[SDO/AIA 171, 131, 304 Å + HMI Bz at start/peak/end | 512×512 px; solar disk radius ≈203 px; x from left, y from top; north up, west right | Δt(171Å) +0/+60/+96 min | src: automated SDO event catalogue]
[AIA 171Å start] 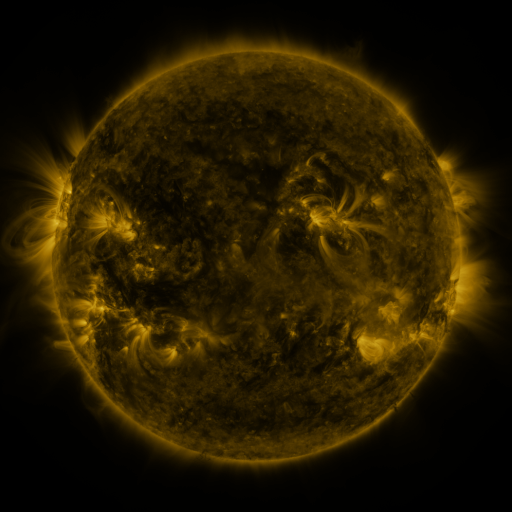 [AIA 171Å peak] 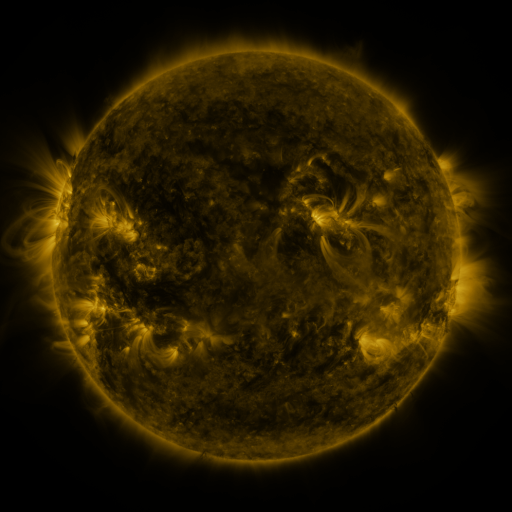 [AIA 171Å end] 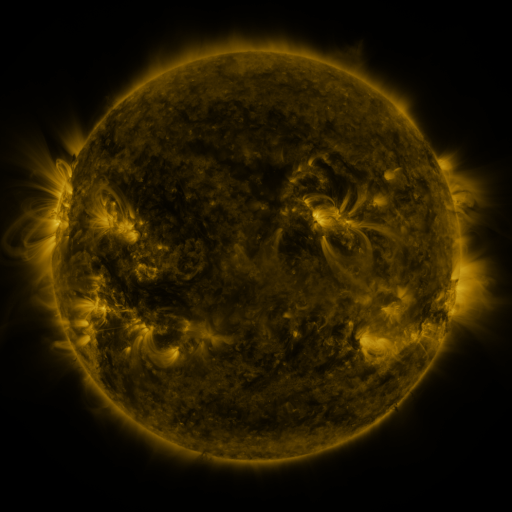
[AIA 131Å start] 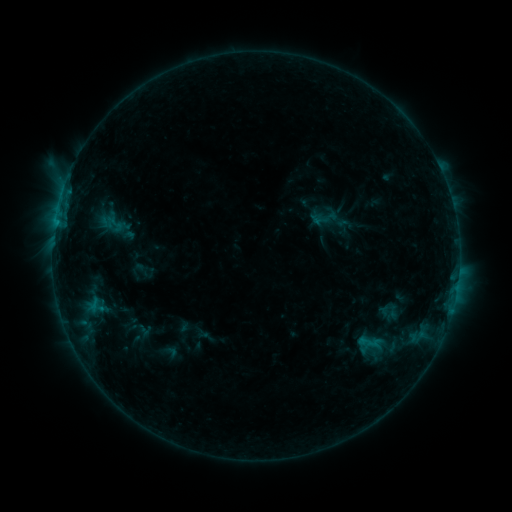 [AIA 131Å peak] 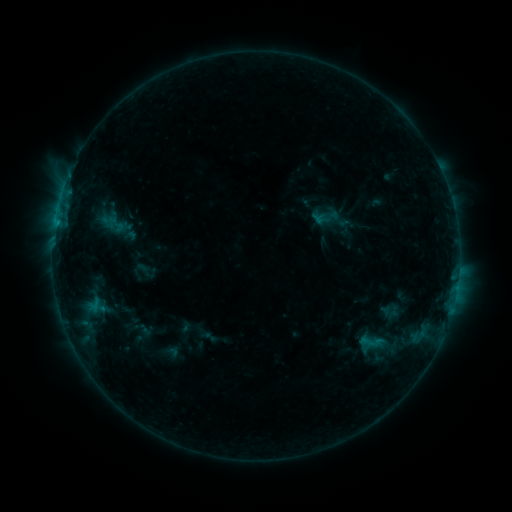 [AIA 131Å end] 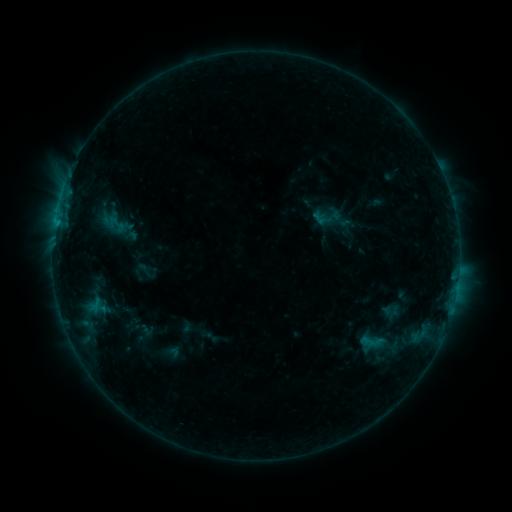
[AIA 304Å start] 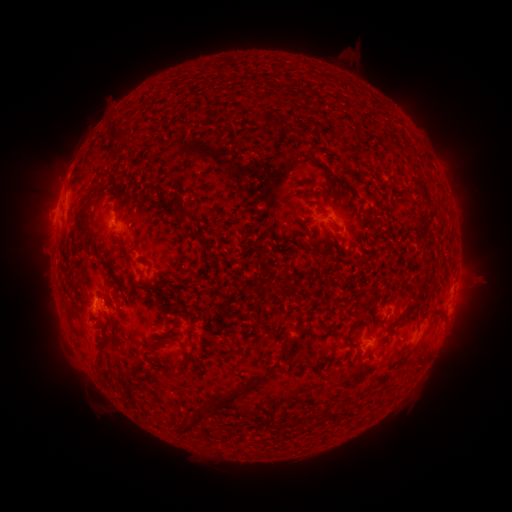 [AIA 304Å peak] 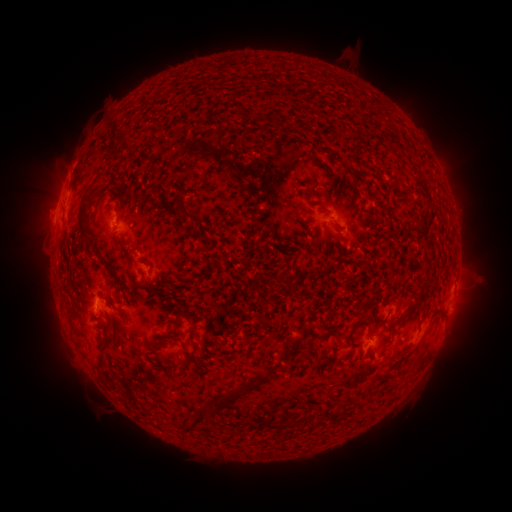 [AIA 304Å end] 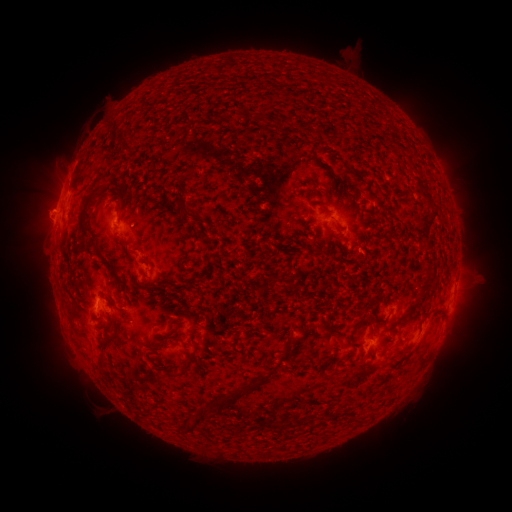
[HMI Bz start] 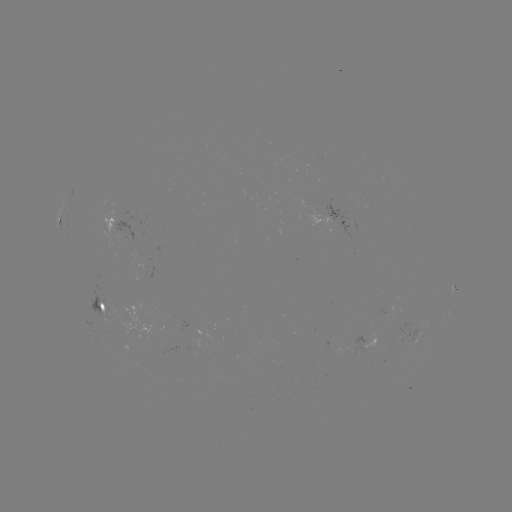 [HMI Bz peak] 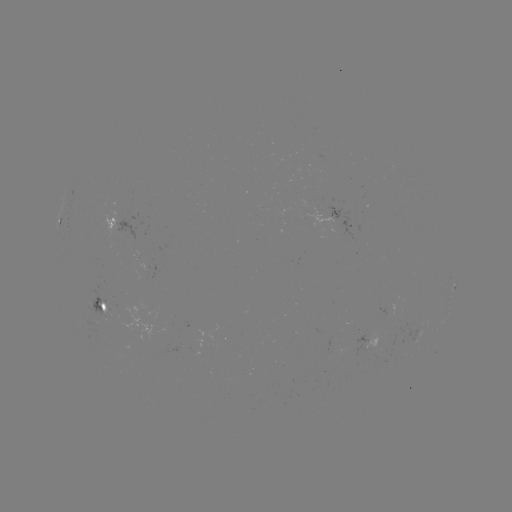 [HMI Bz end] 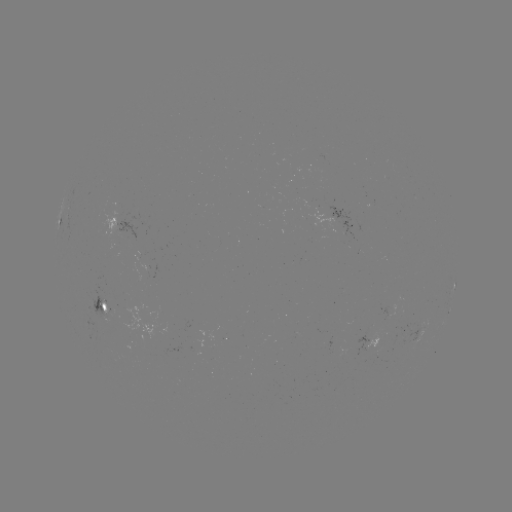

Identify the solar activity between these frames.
emerging-flux region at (147, 273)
